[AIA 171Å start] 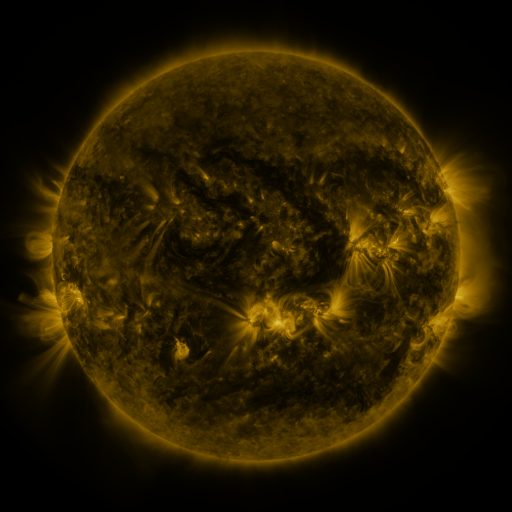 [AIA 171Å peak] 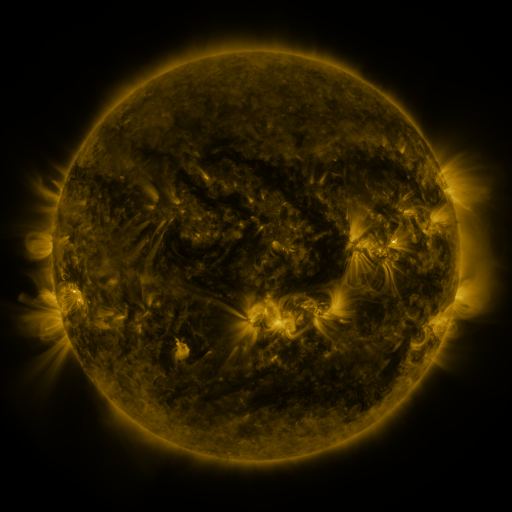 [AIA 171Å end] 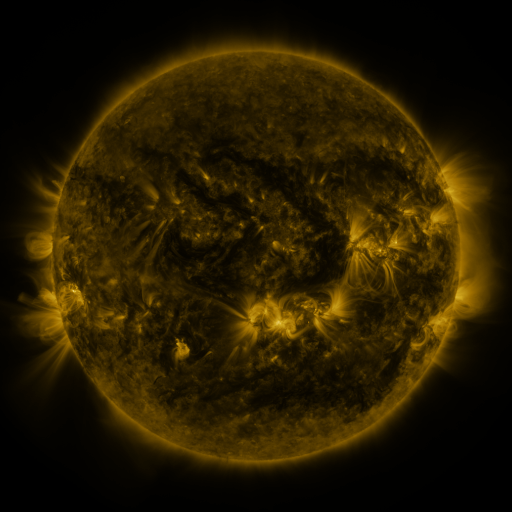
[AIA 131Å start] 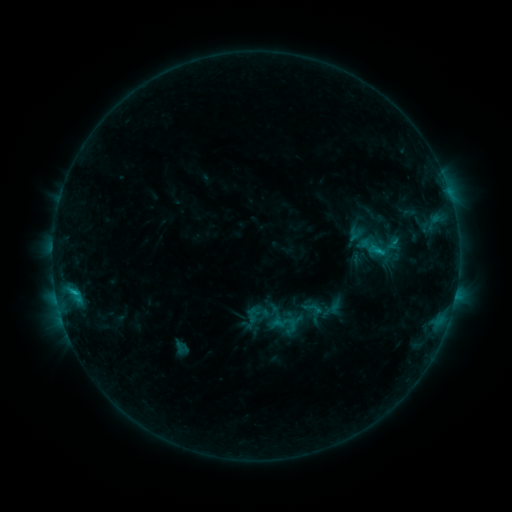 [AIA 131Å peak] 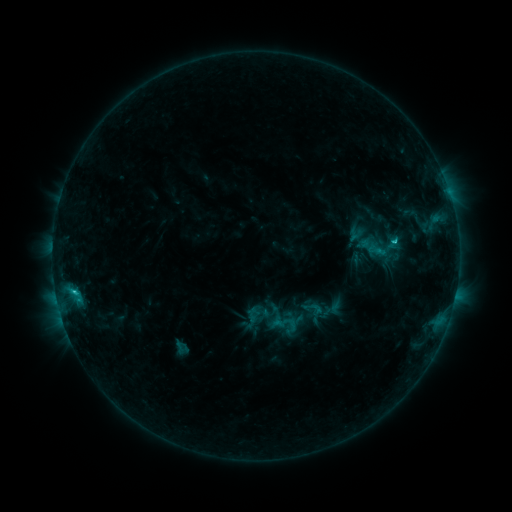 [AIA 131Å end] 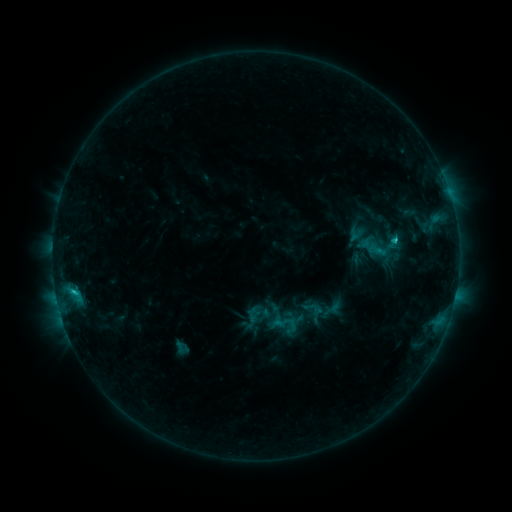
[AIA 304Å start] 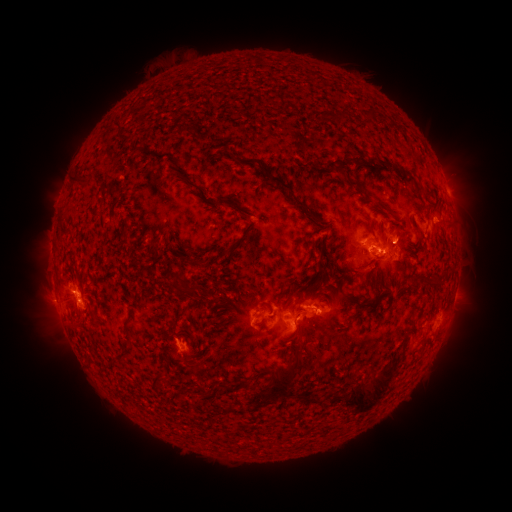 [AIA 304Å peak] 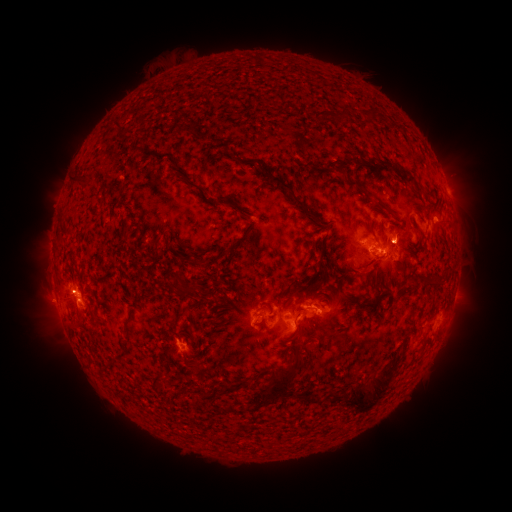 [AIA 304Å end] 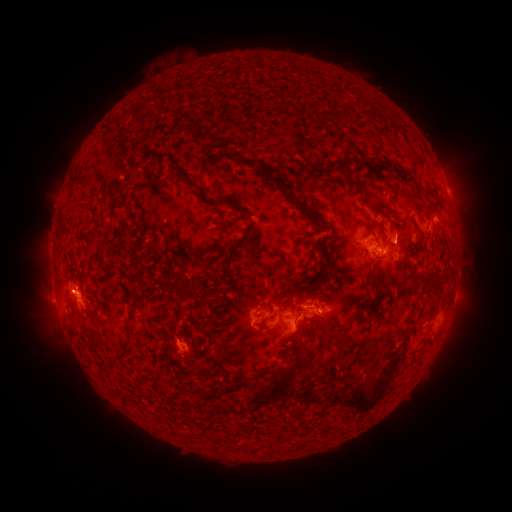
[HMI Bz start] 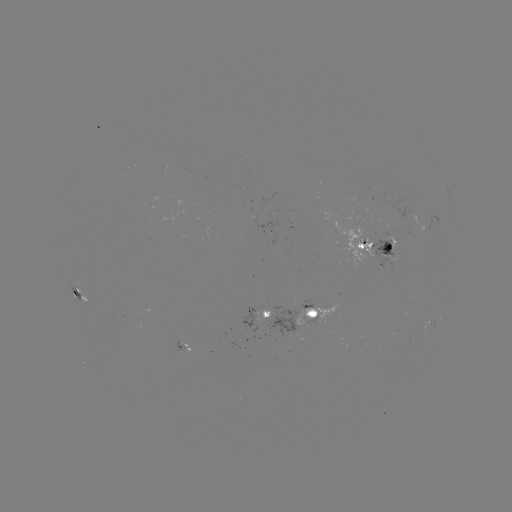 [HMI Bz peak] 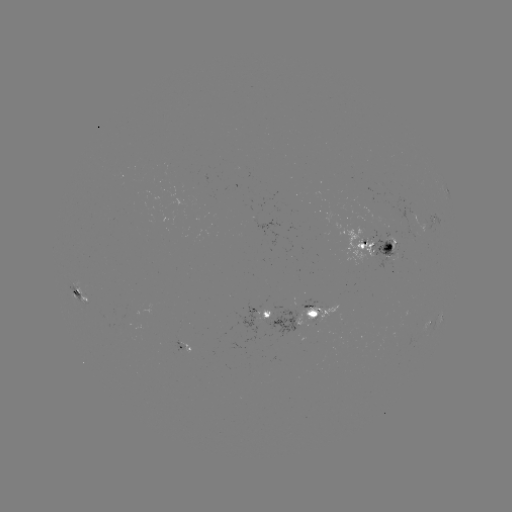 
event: flare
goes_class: C2.3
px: (394, 244)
